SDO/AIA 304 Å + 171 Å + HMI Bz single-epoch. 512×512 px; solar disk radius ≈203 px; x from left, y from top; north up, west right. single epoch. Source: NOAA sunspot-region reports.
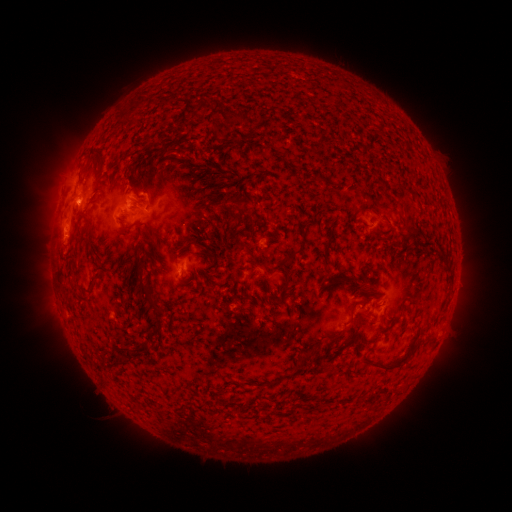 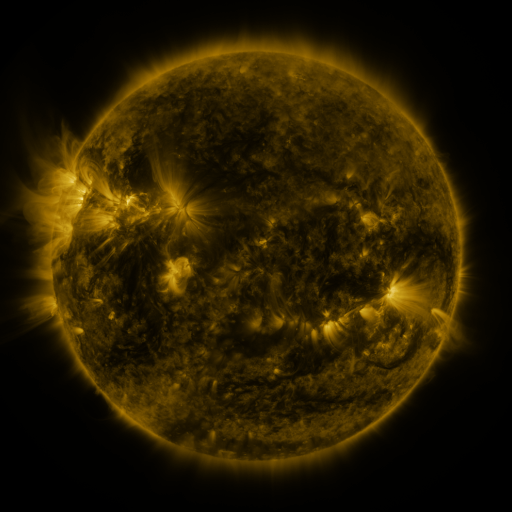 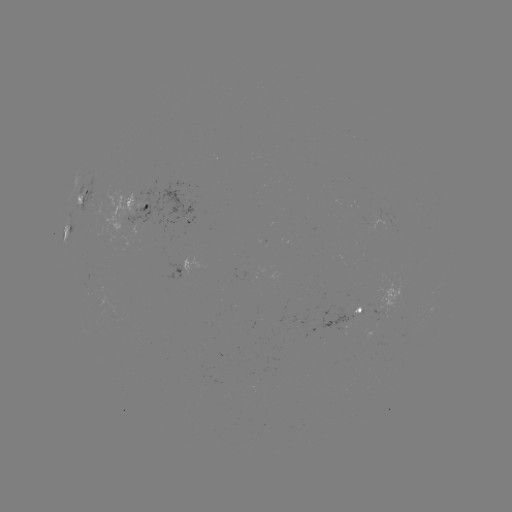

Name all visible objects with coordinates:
spotted active region: (80, 199)
spotted active region: (130, 209)
spotted active region: (67, 230)
spotted active region: (186, 265)
spotted active region: (385, 304)
spotted active region: (363, 308)
